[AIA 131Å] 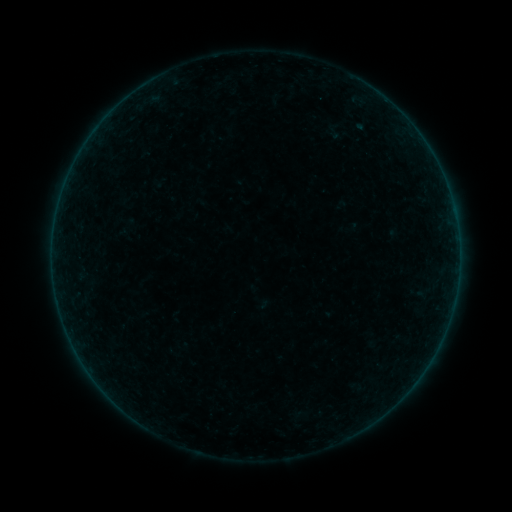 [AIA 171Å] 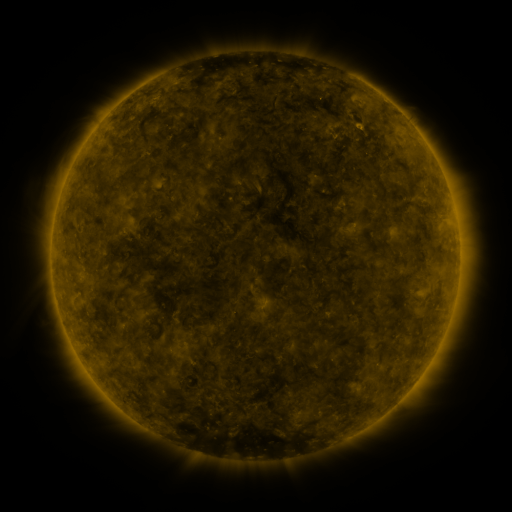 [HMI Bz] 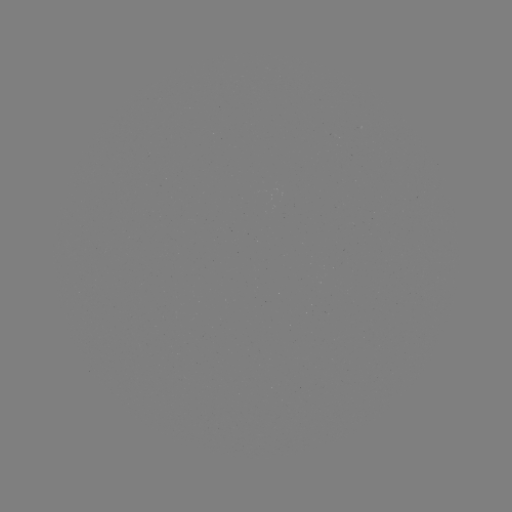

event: sigmoid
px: (335, 131)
